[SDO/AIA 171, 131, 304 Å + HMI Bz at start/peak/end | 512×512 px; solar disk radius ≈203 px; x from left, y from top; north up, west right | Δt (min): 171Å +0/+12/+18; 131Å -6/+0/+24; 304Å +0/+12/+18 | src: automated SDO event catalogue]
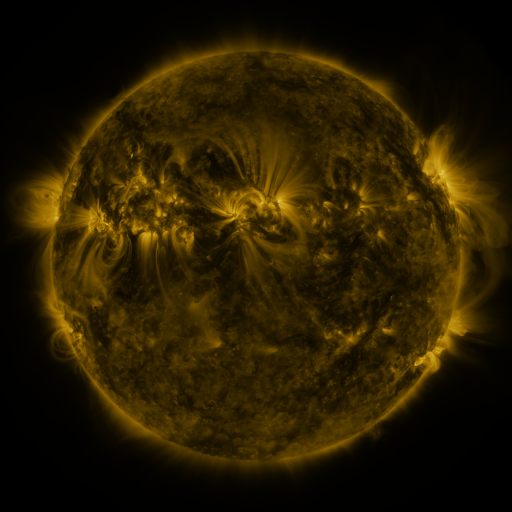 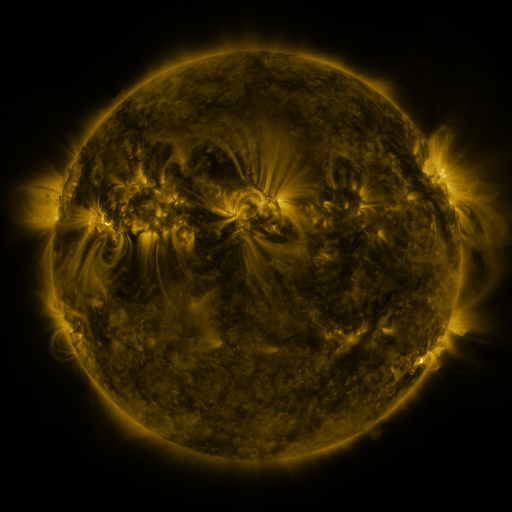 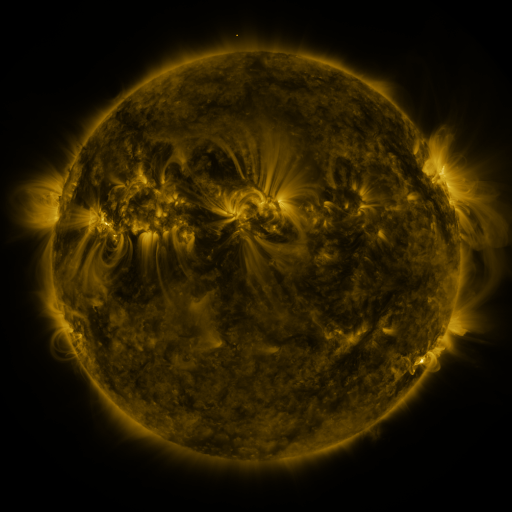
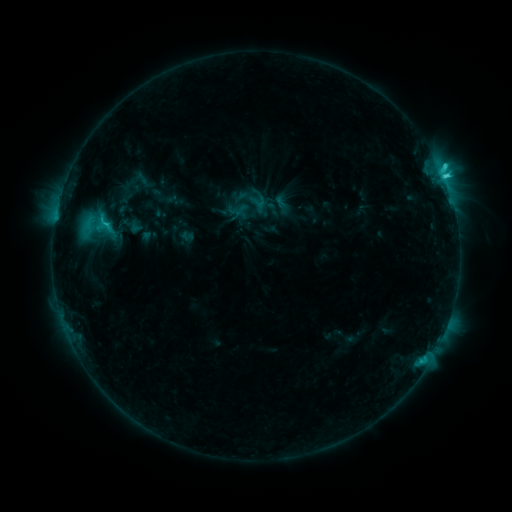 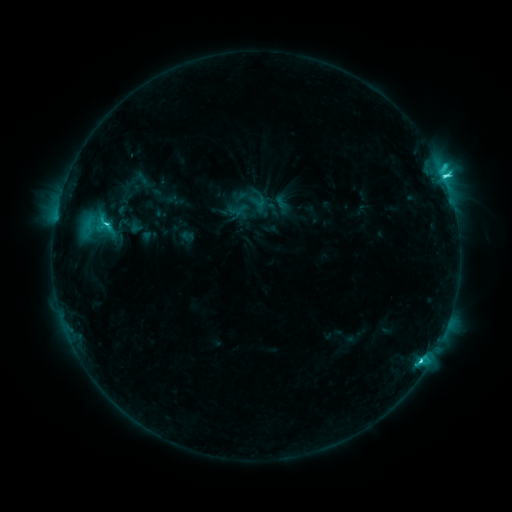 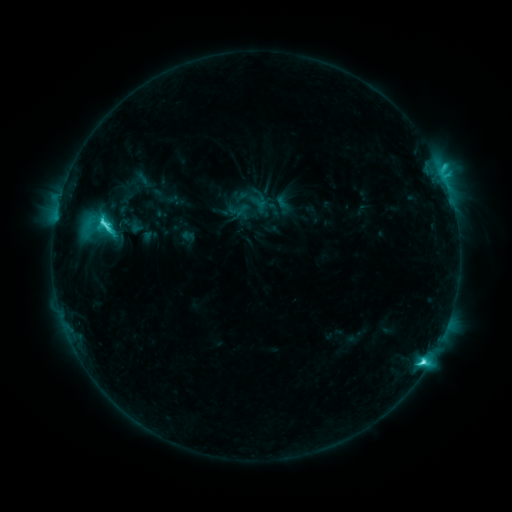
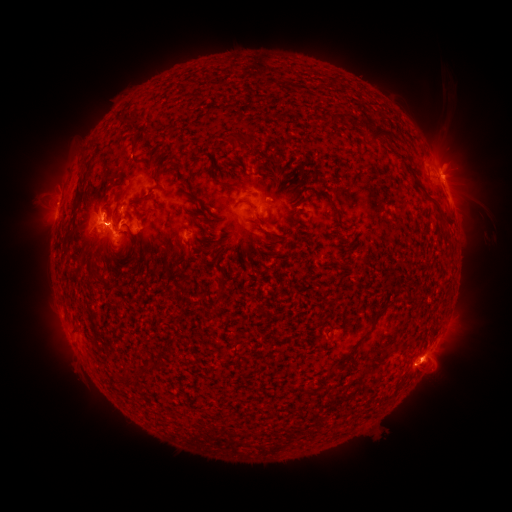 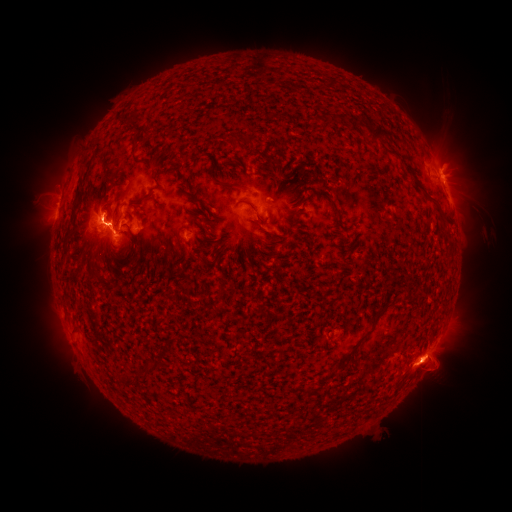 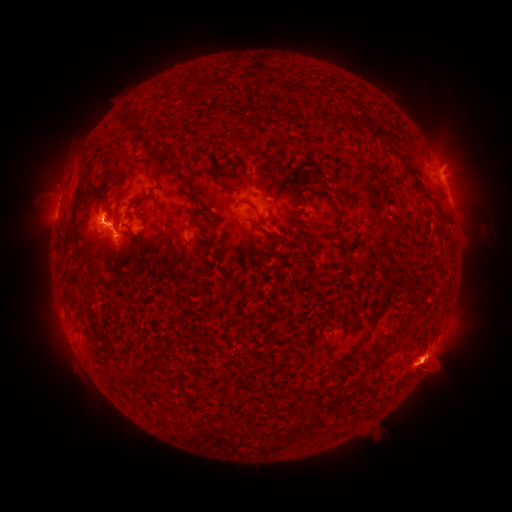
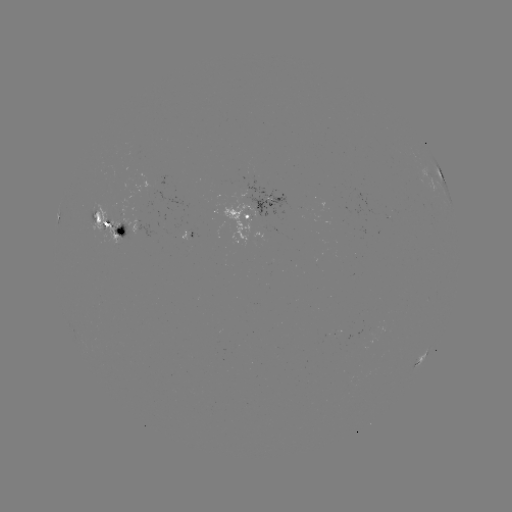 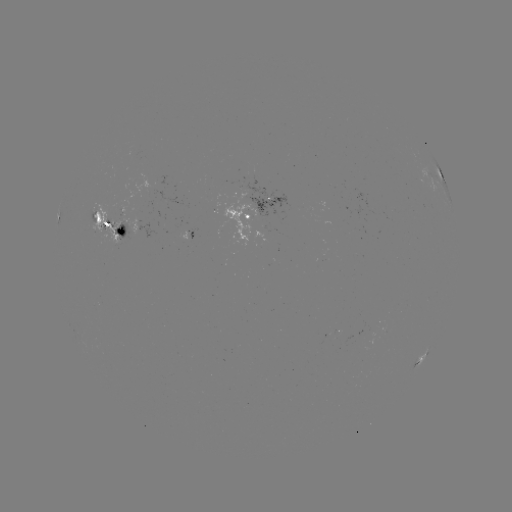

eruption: <bbox>400, 321, 477, 406</bbox>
